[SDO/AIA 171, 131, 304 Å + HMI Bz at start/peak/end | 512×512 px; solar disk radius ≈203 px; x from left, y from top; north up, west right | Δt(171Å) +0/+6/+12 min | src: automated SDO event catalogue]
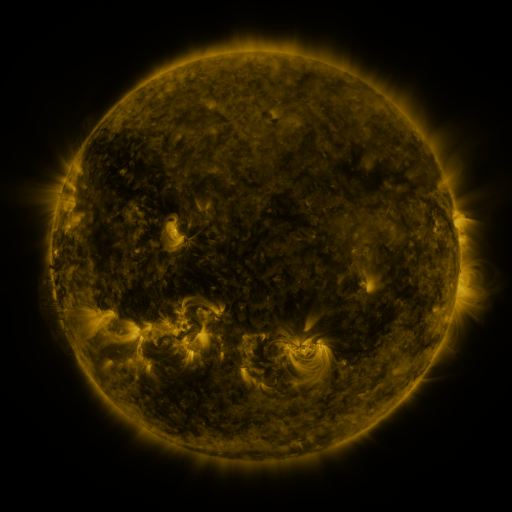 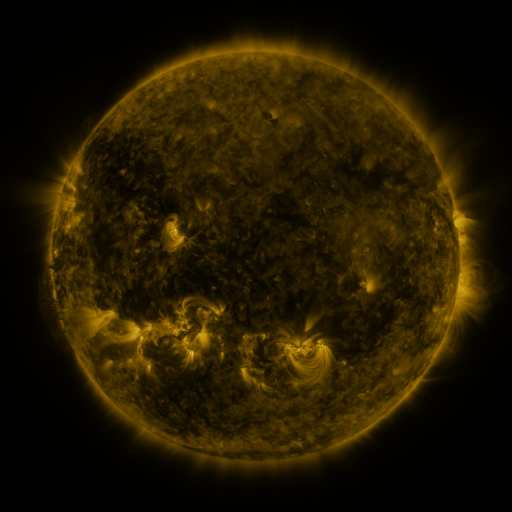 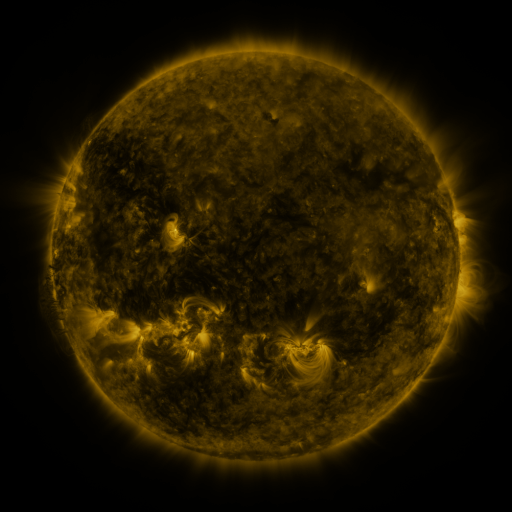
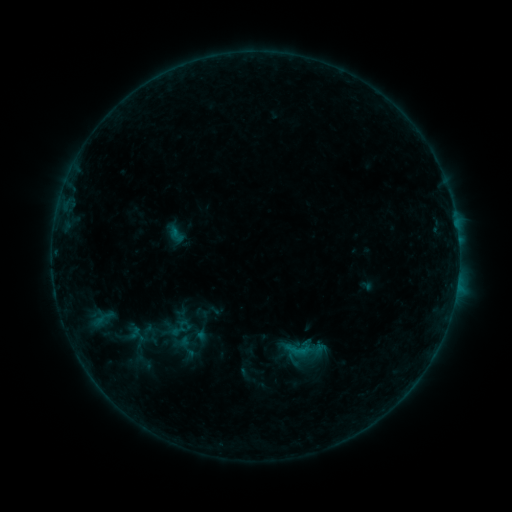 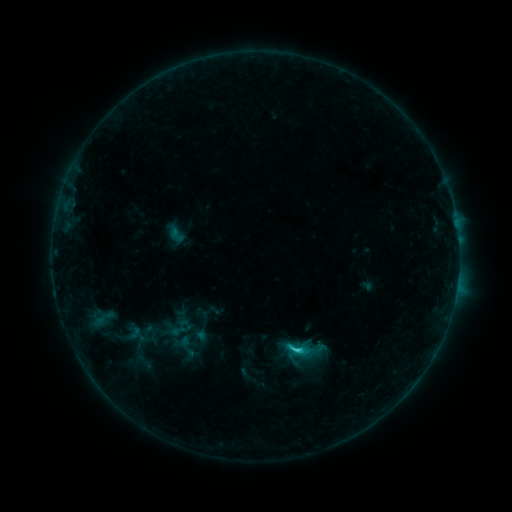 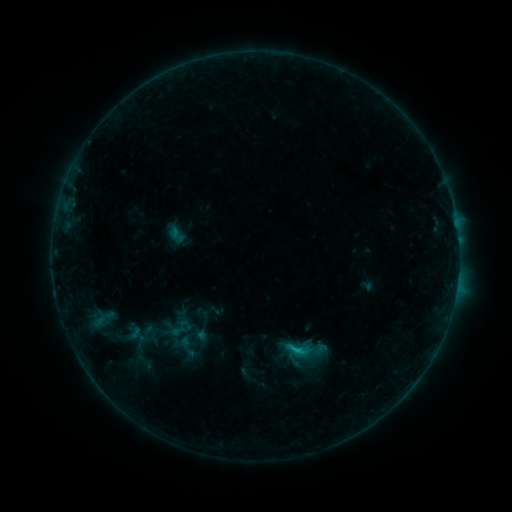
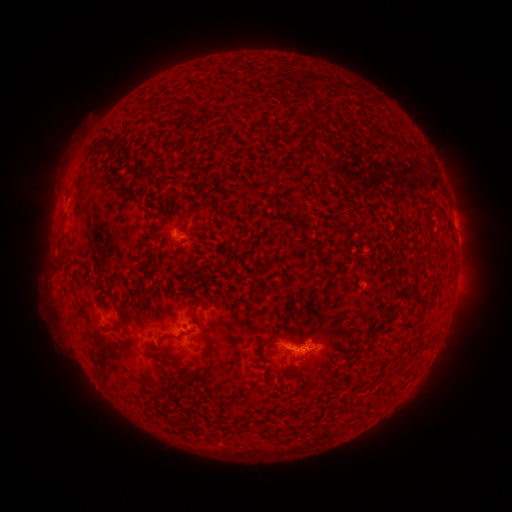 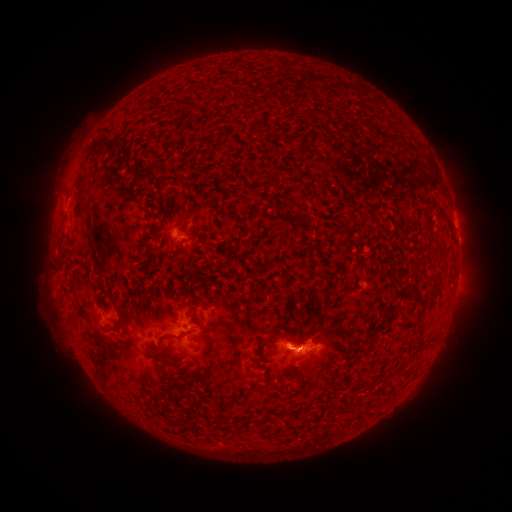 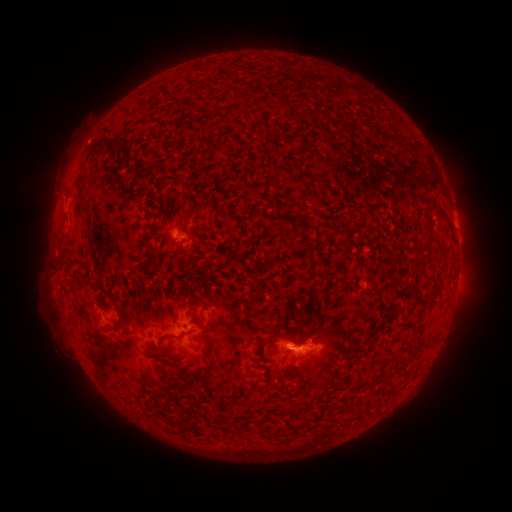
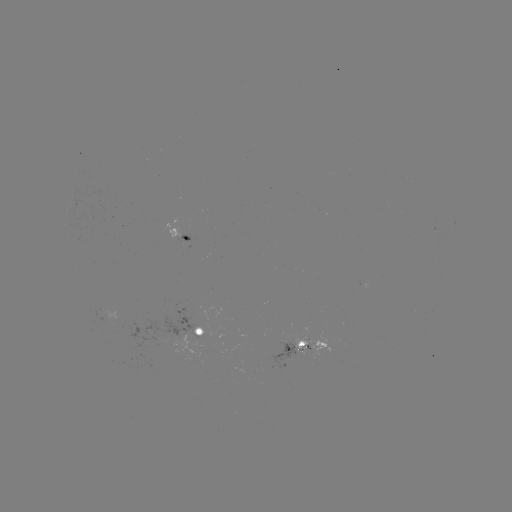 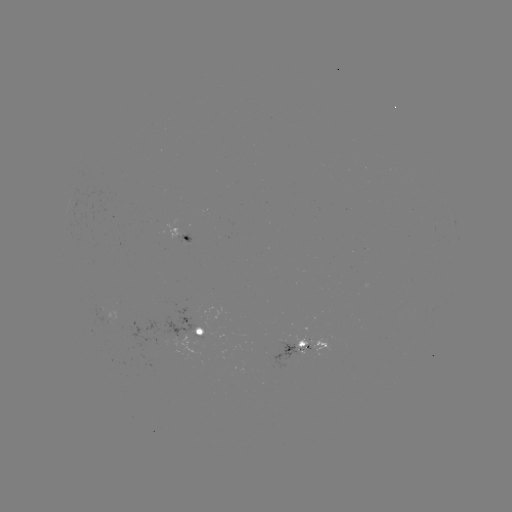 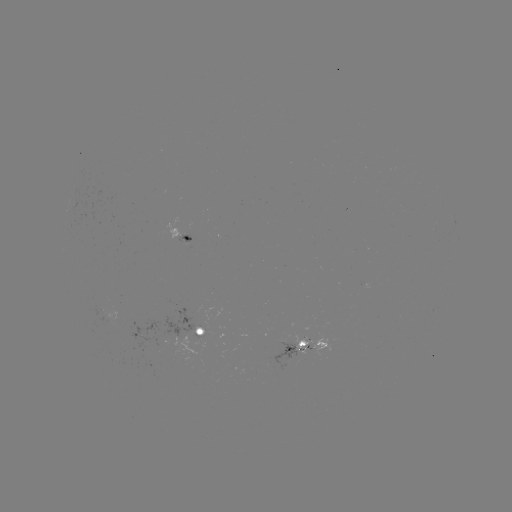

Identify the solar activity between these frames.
C1.3 flare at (295, 348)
